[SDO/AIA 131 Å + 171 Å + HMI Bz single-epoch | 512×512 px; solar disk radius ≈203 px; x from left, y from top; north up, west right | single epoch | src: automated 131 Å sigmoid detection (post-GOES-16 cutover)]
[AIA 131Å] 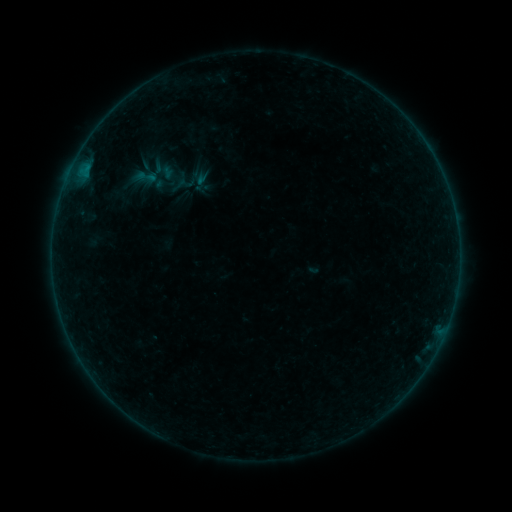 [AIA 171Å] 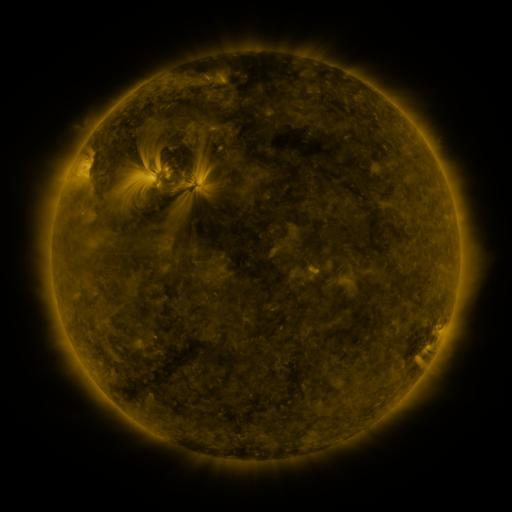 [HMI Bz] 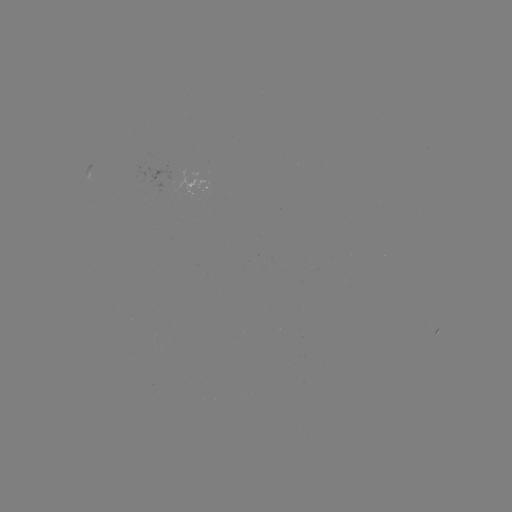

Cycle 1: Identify sigmoid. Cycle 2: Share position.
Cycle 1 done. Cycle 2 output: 146,177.